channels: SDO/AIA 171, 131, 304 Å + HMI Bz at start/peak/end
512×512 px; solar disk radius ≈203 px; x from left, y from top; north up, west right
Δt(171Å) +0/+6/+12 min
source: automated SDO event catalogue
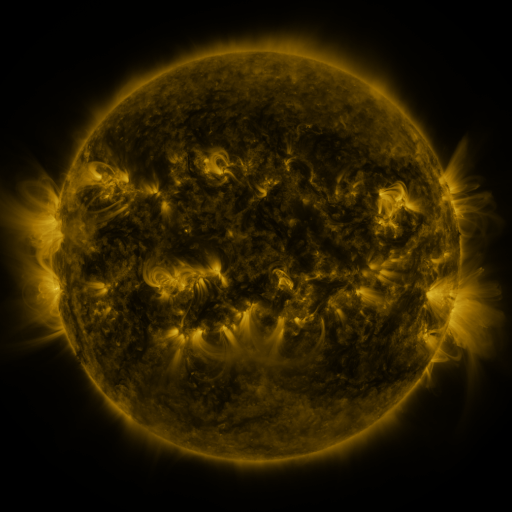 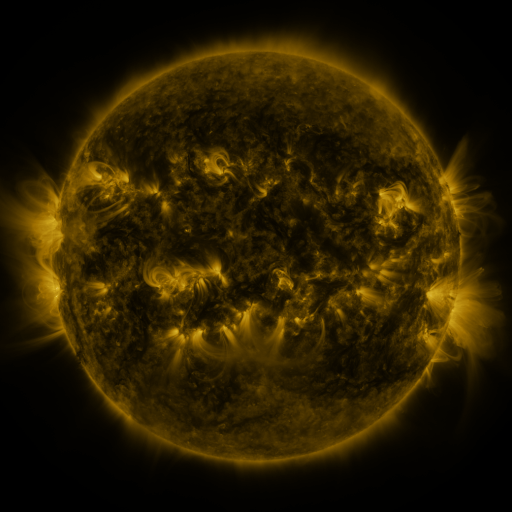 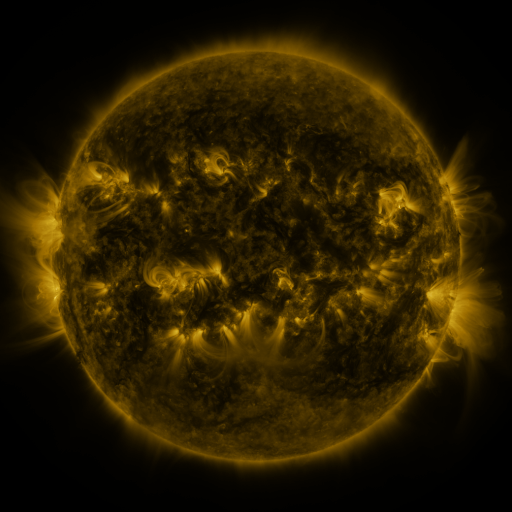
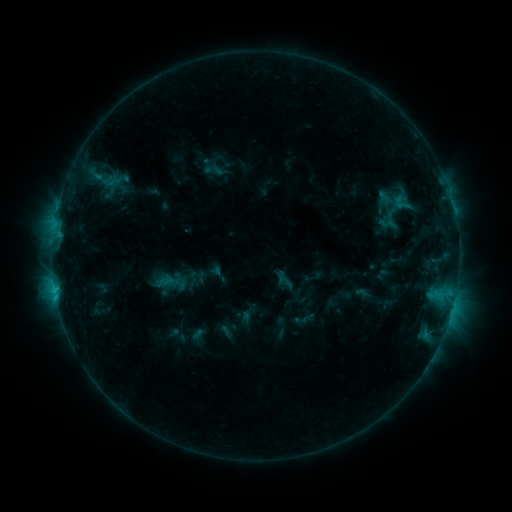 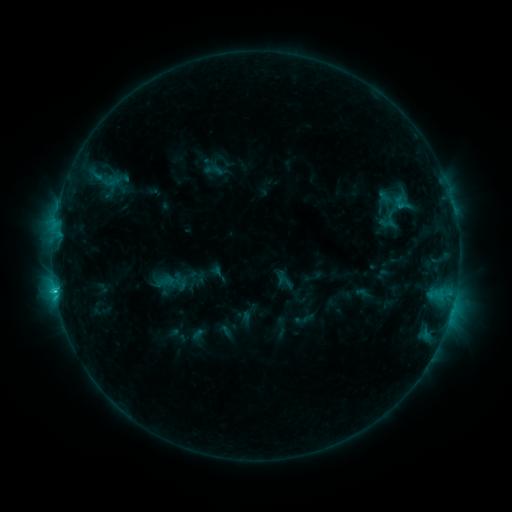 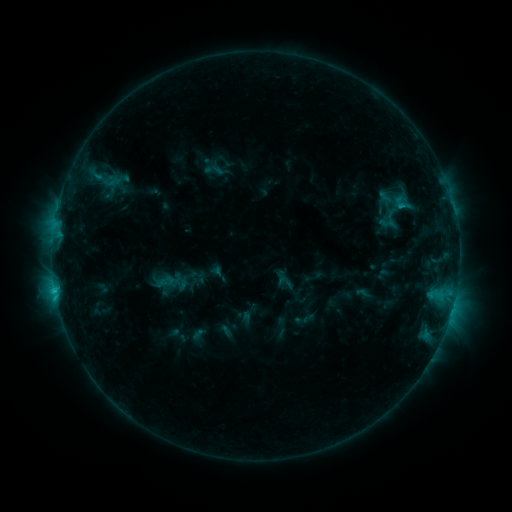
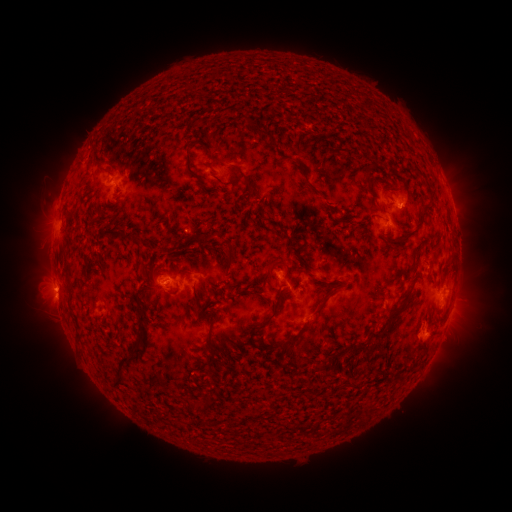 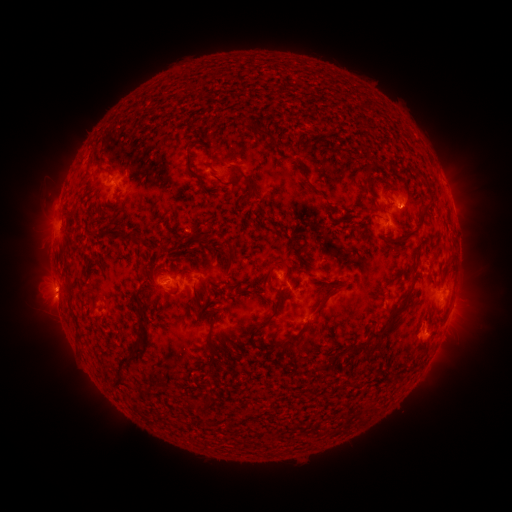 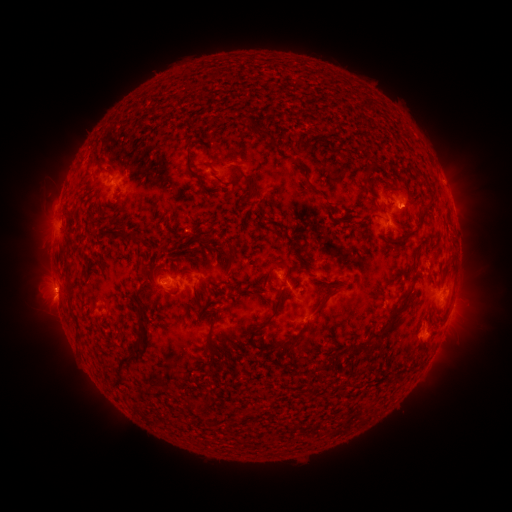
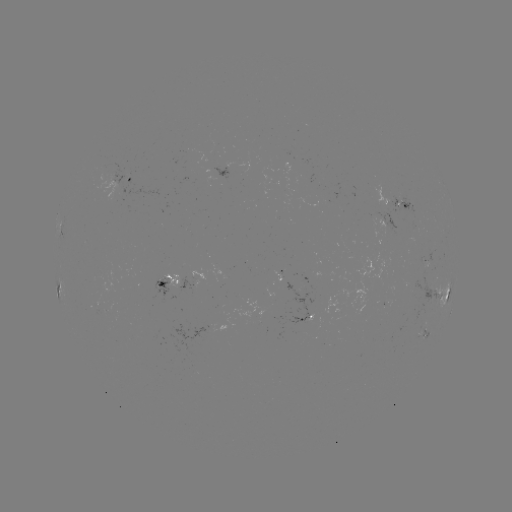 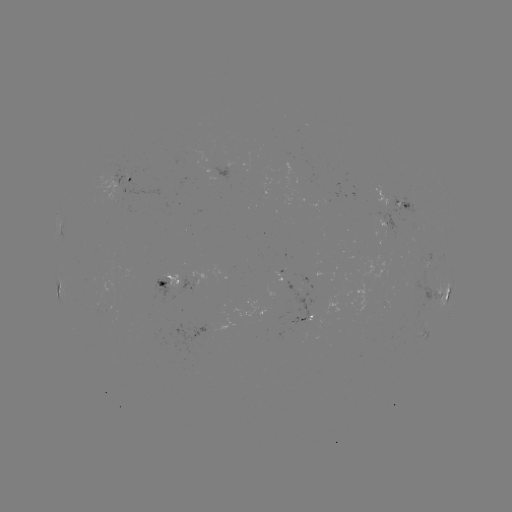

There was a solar flare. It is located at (55, 287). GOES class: C1.5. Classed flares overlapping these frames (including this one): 1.